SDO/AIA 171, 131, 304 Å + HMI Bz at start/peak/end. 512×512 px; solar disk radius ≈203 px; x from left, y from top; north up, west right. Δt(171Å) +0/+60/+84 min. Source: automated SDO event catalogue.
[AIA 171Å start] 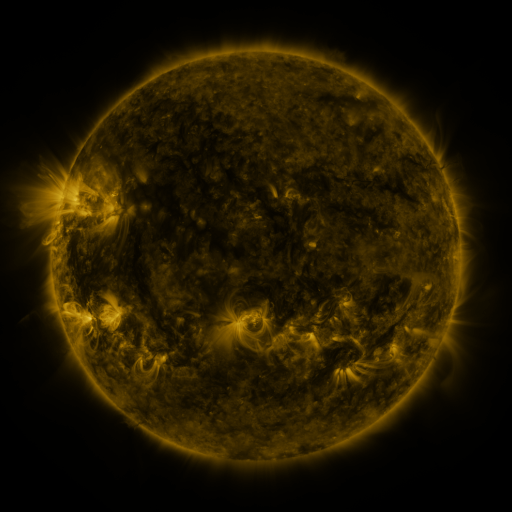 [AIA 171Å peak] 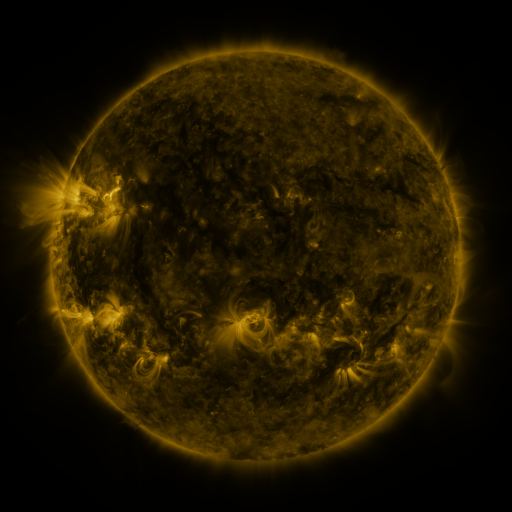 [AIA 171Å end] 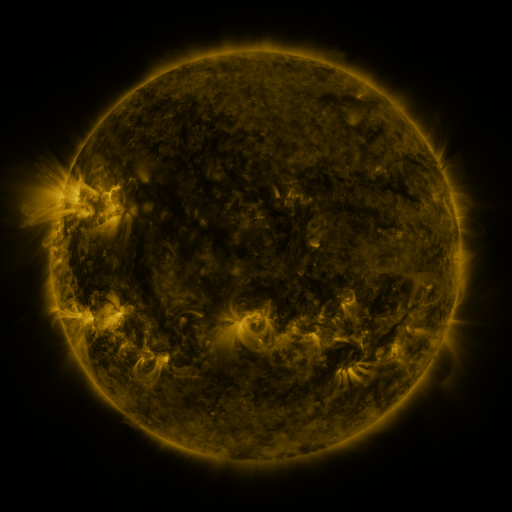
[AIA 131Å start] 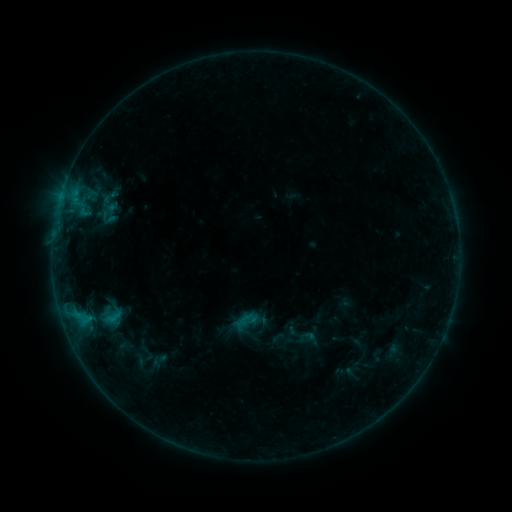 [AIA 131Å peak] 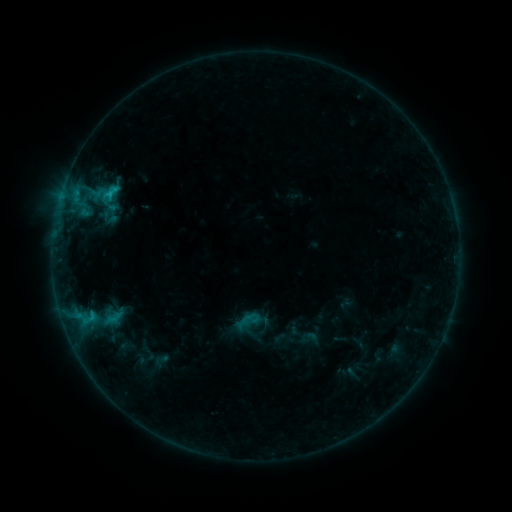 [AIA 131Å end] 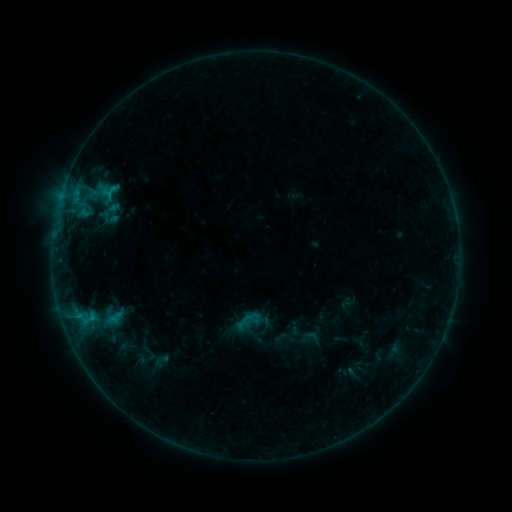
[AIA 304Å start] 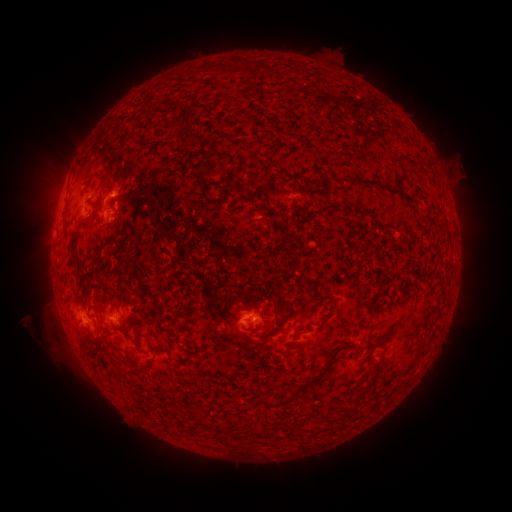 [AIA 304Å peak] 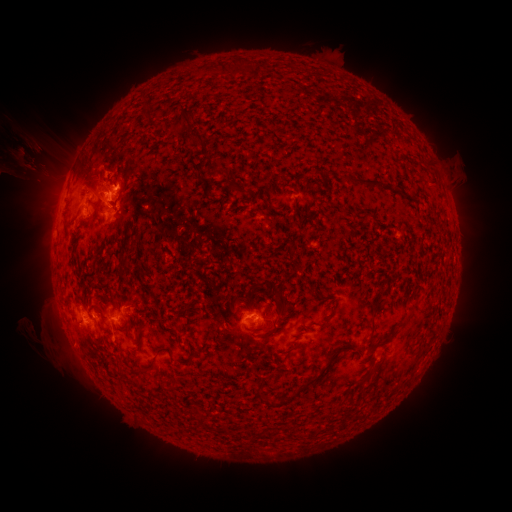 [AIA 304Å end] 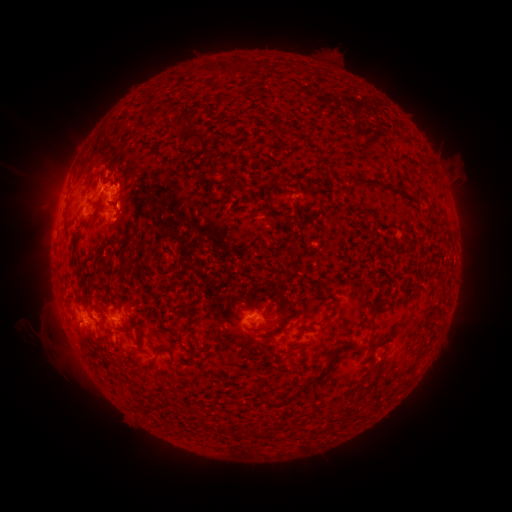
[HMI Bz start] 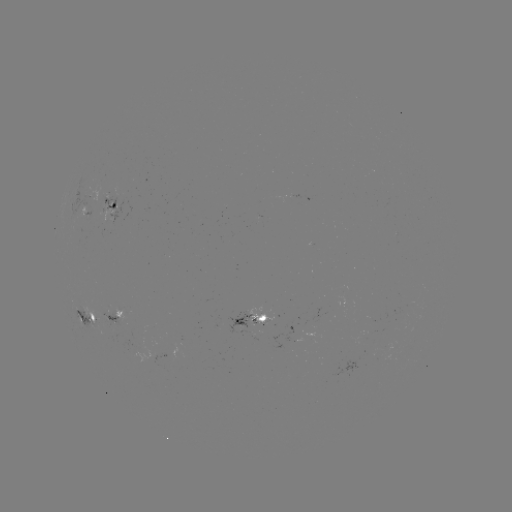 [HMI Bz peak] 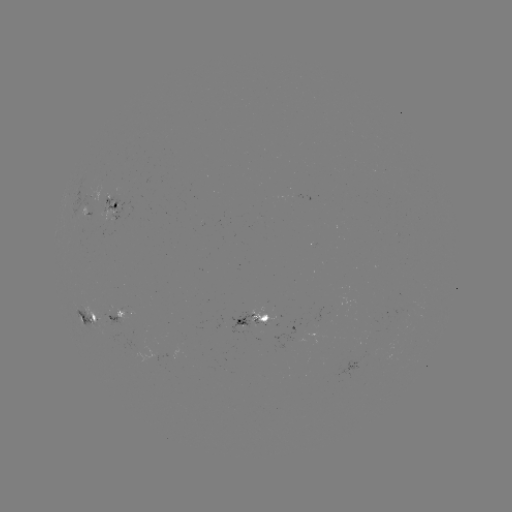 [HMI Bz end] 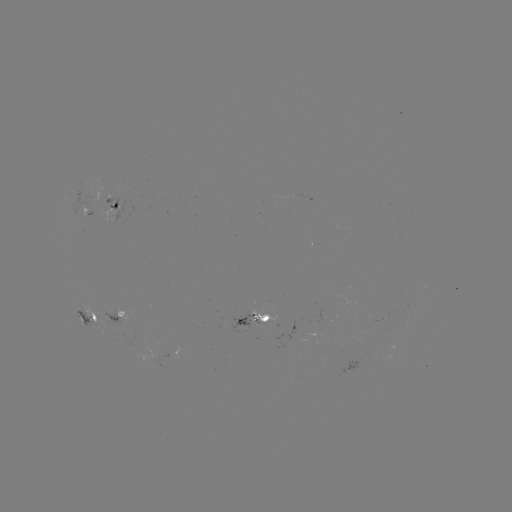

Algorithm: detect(emerging-flux region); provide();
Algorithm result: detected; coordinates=(88, 215)